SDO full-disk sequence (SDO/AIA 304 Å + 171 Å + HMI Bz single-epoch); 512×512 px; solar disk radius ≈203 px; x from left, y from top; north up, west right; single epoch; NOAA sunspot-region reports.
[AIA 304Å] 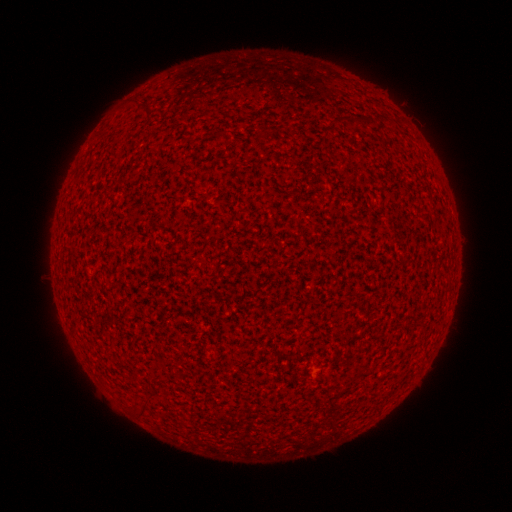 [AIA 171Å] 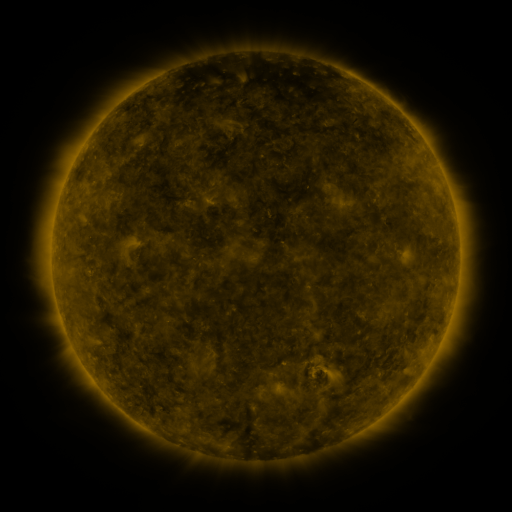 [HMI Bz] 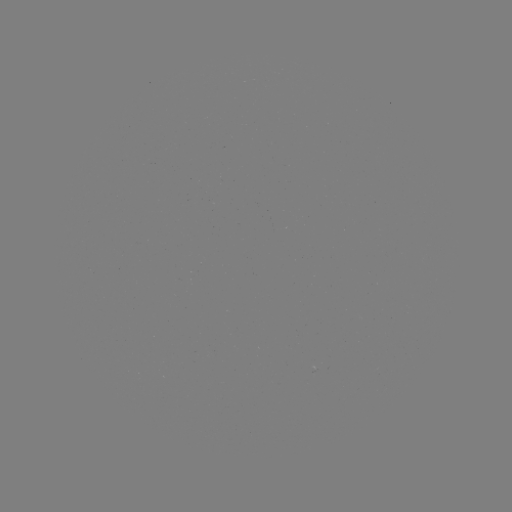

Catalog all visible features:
(none)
